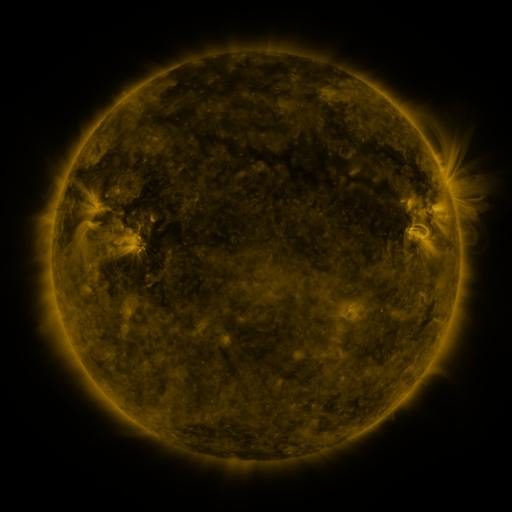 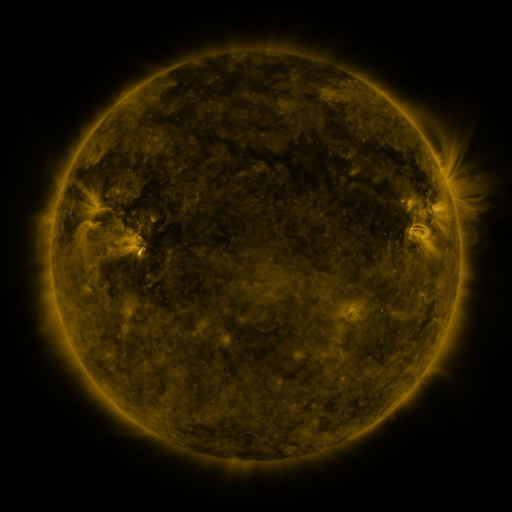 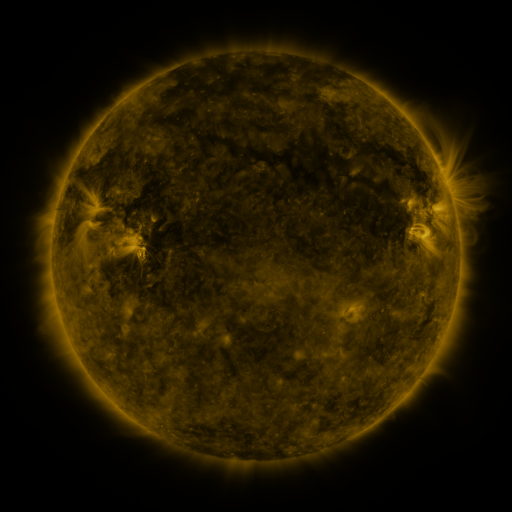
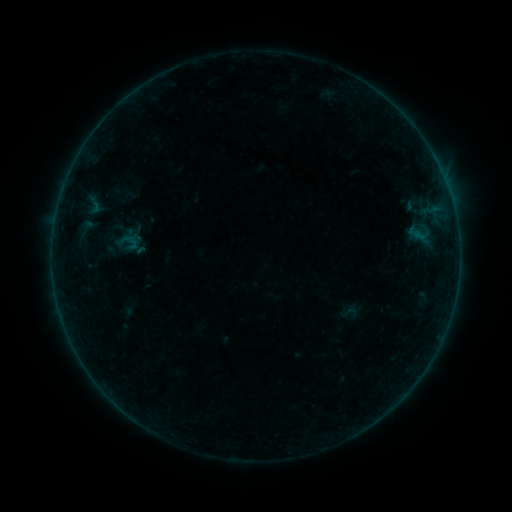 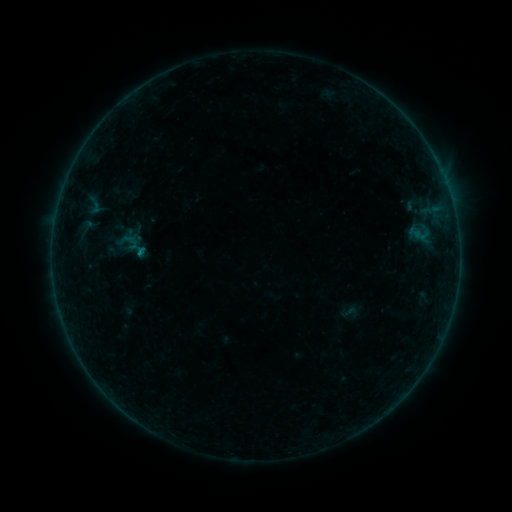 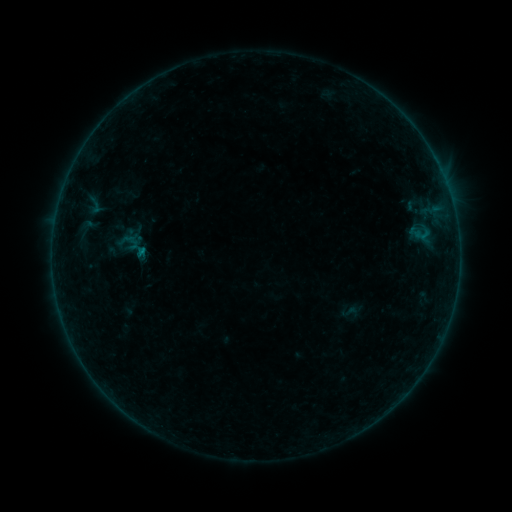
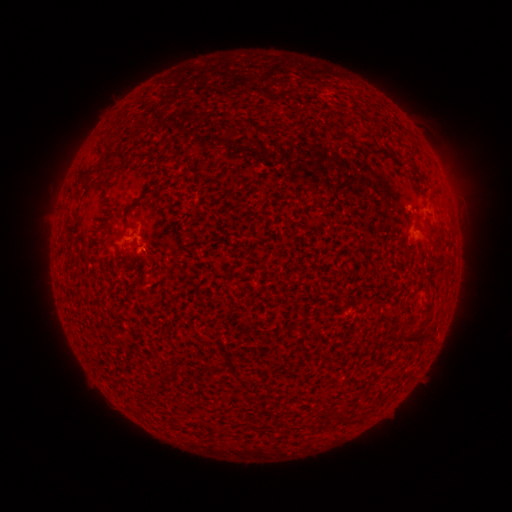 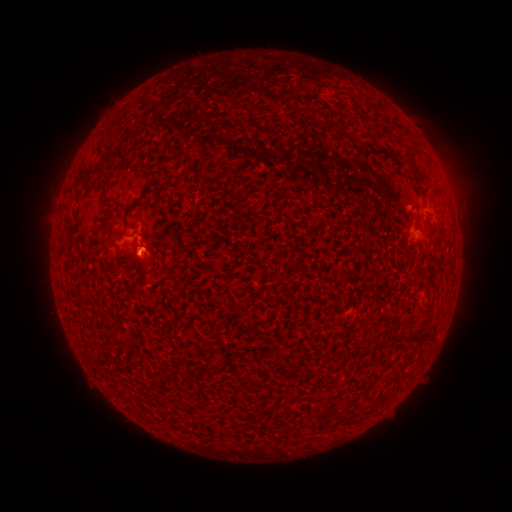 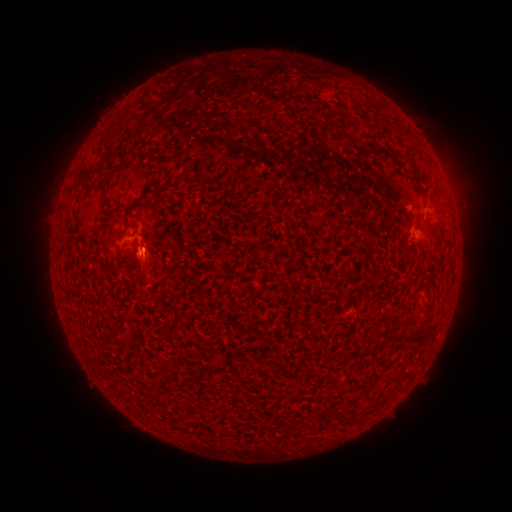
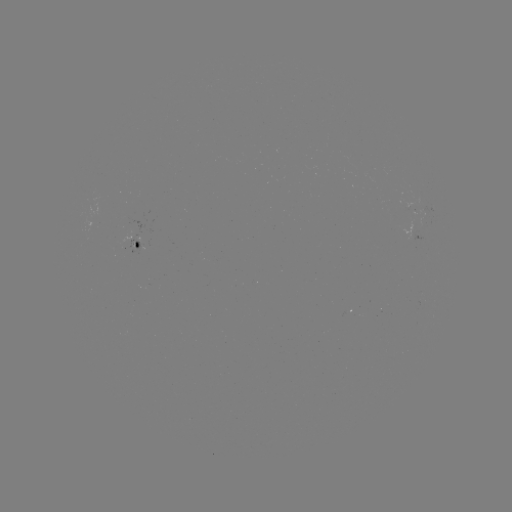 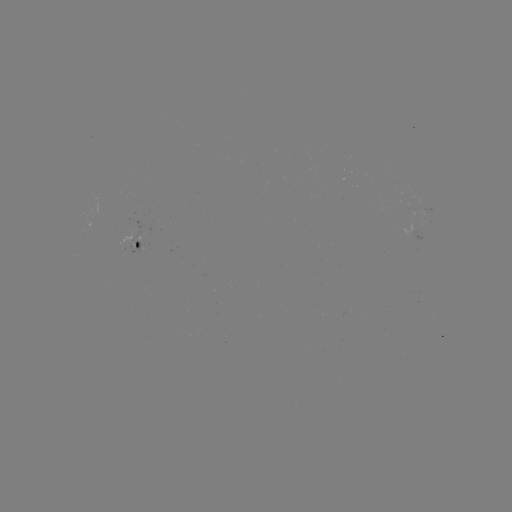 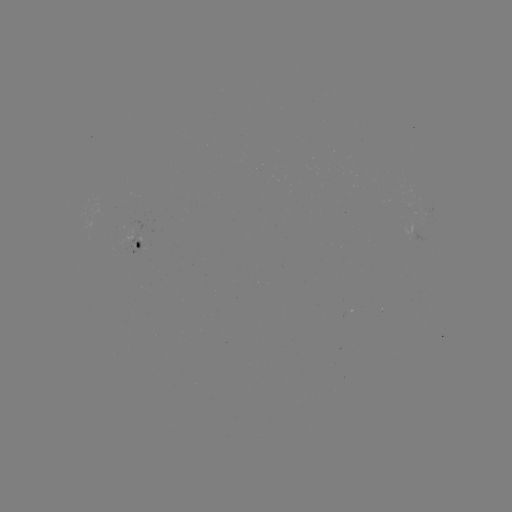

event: flare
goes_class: B1.4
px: (142, 256)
